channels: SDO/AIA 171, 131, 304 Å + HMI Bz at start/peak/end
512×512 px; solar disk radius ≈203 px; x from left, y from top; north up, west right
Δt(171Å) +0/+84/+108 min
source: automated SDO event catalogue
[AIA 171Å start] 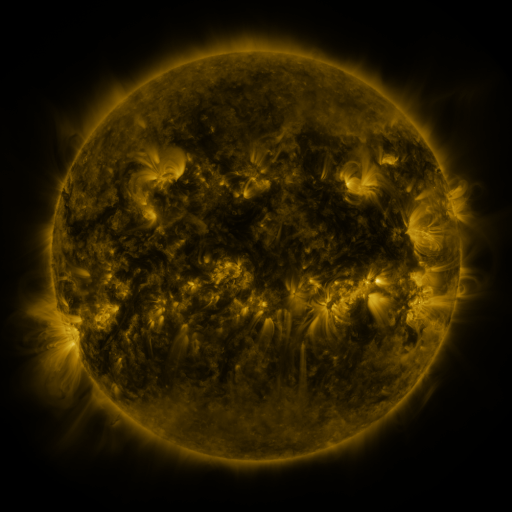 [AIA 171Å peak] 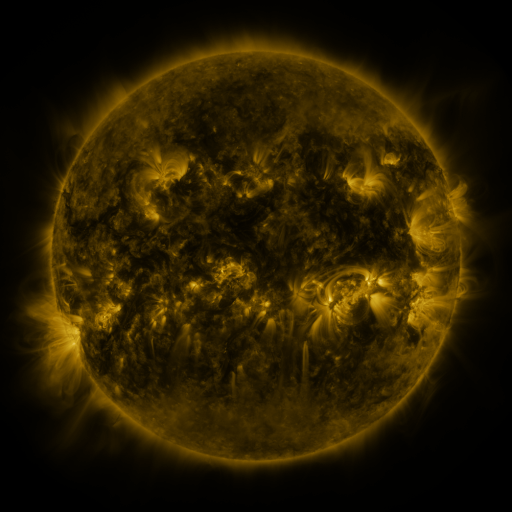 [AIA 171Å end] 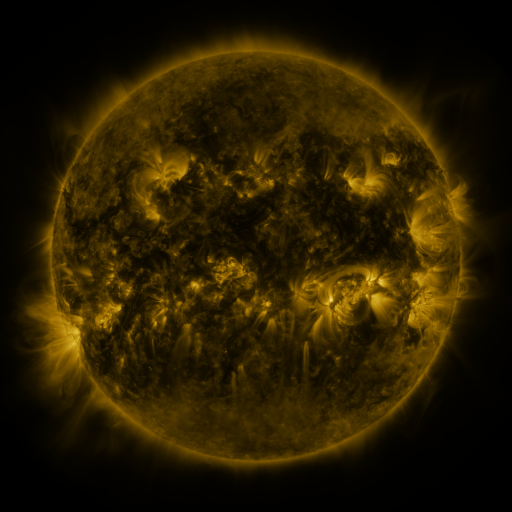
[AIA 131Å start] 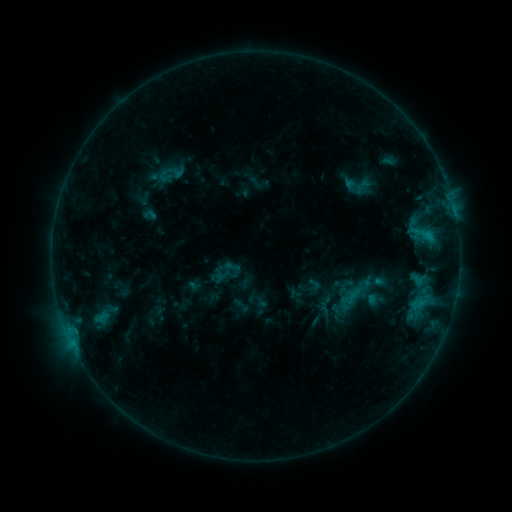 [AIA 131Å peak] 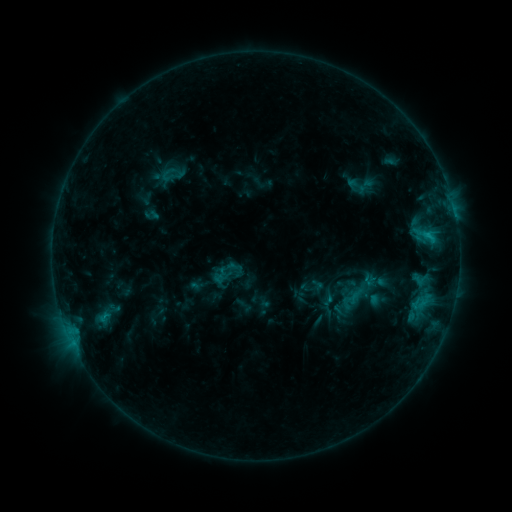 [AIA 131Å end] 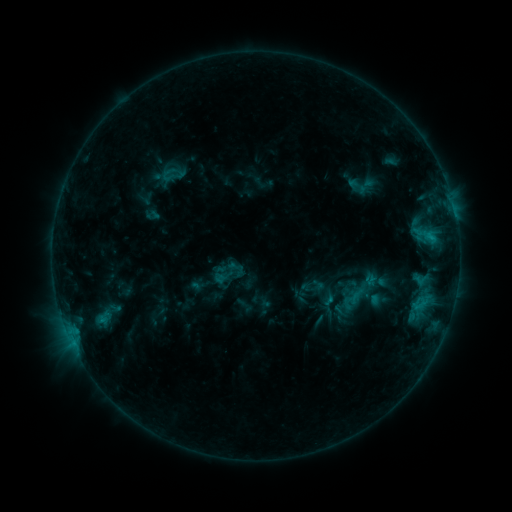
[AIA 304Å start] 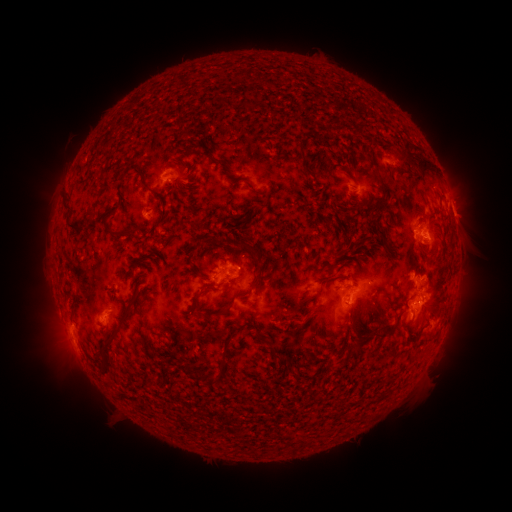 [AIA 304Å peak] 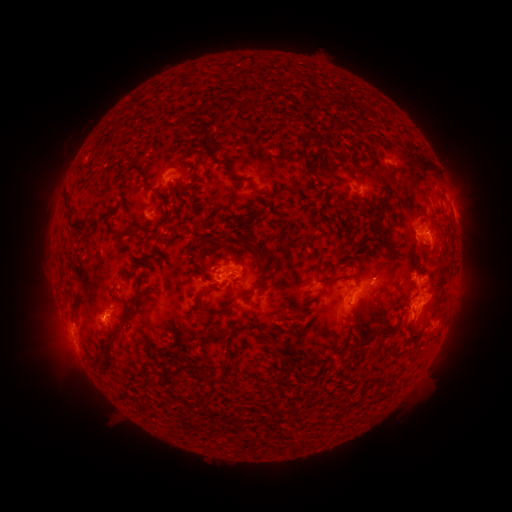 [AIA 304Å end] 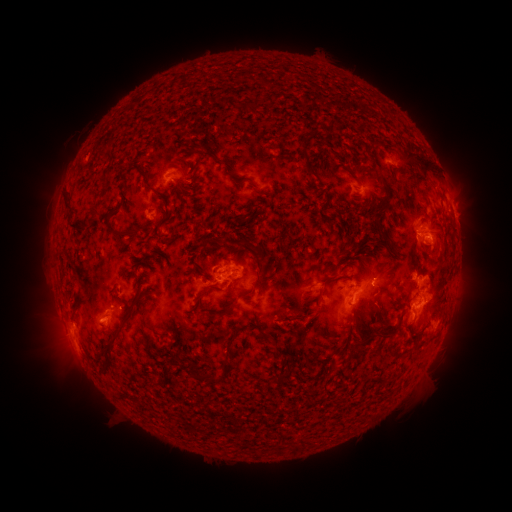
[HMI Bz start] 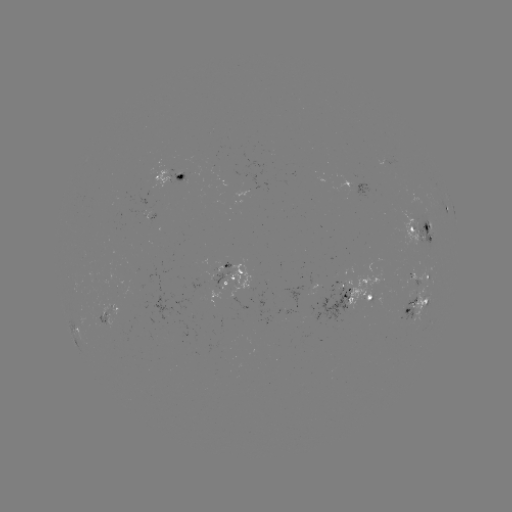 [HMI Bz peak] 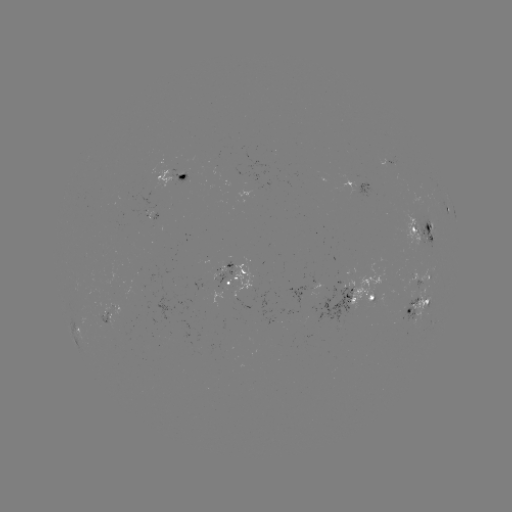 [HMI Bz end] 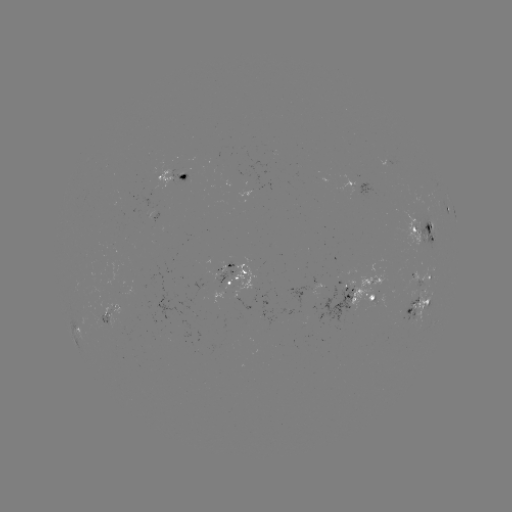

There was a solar emerging-flux region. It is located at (216, 284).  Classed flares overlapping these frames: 2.